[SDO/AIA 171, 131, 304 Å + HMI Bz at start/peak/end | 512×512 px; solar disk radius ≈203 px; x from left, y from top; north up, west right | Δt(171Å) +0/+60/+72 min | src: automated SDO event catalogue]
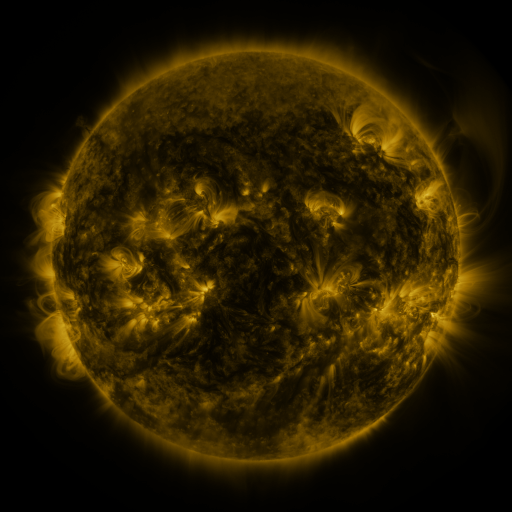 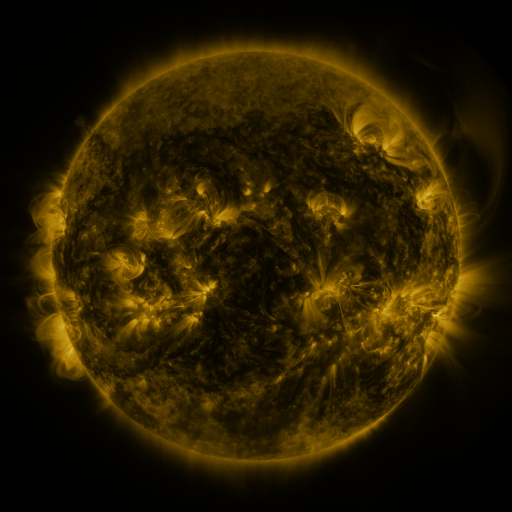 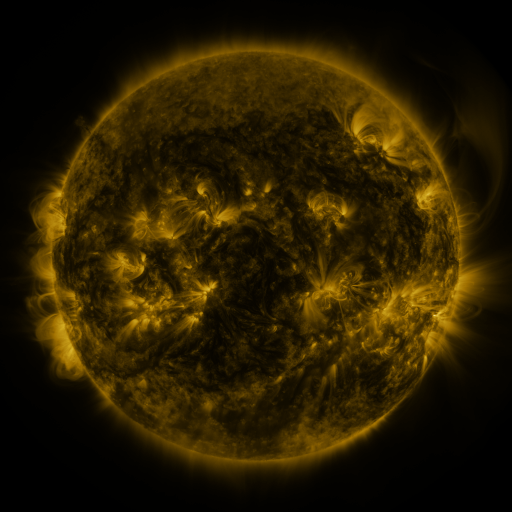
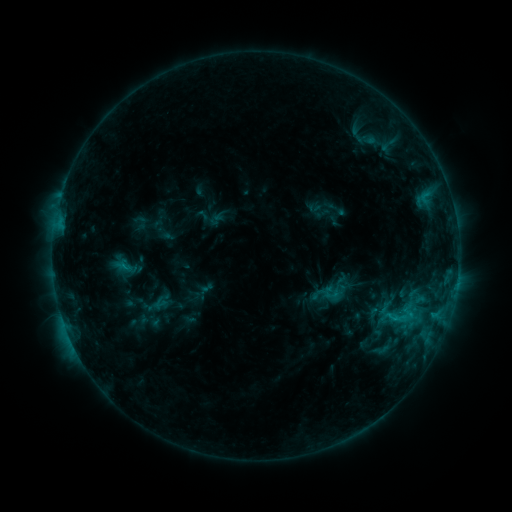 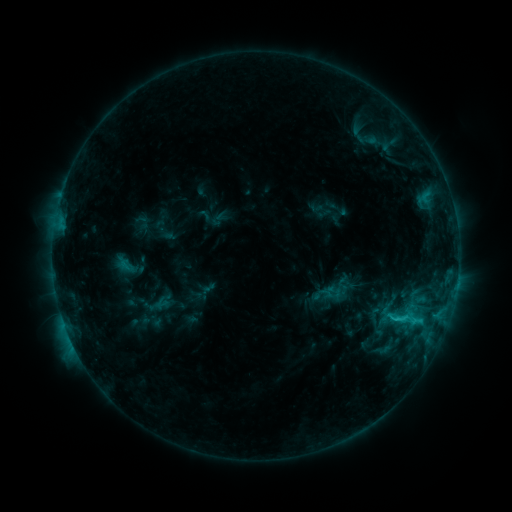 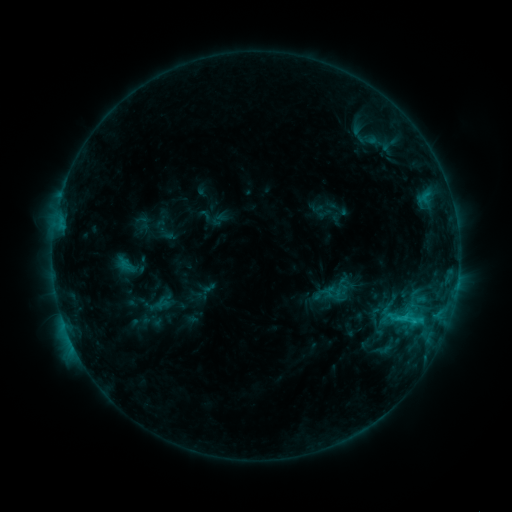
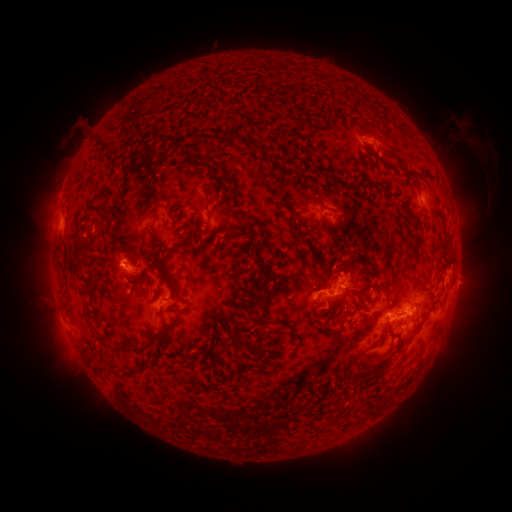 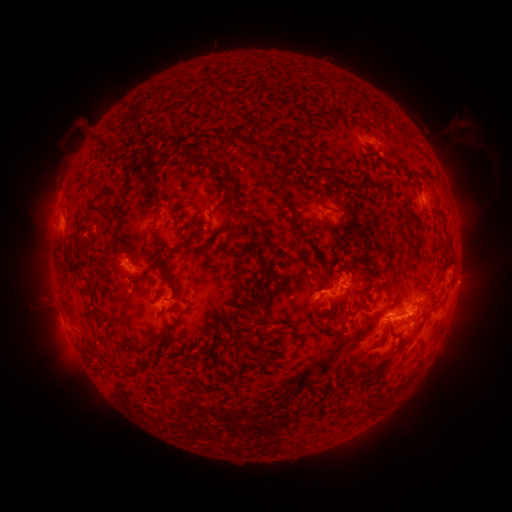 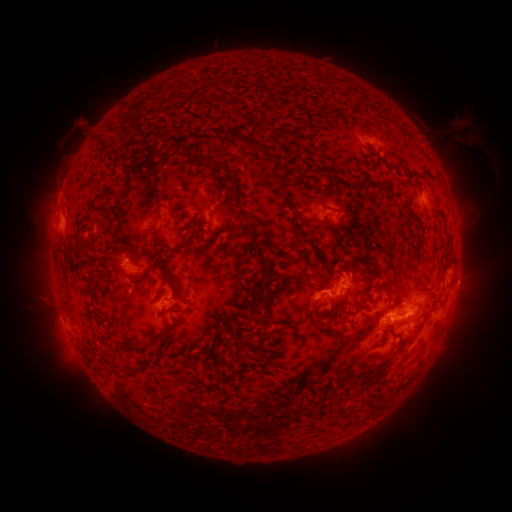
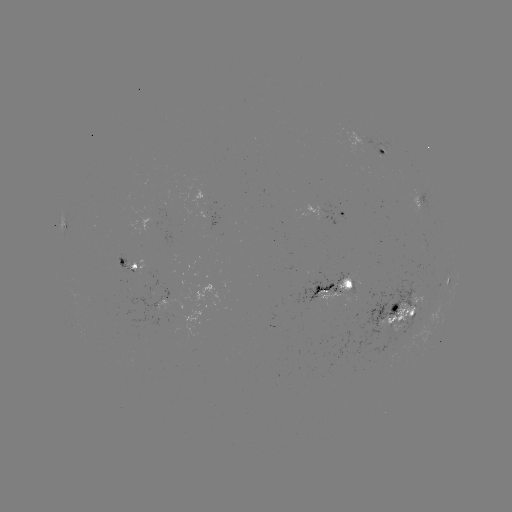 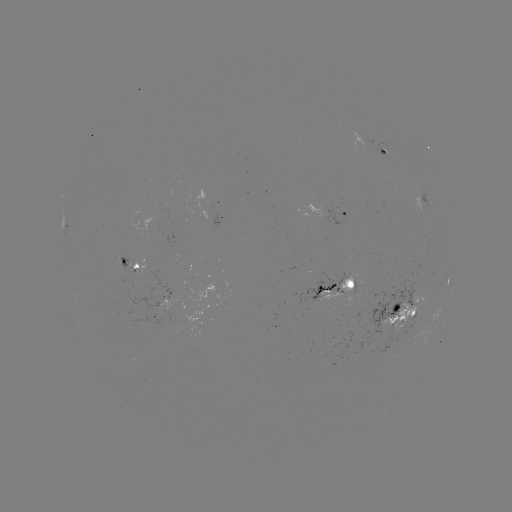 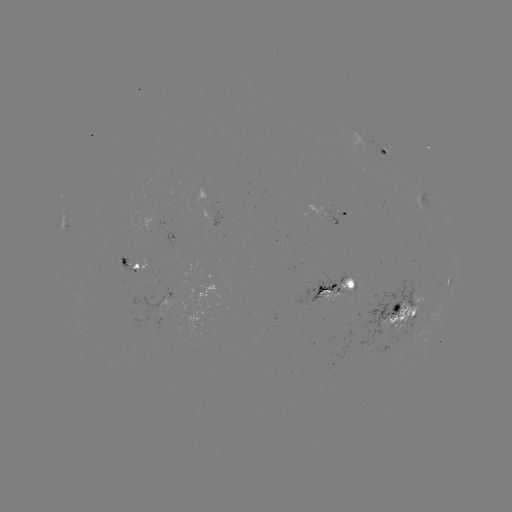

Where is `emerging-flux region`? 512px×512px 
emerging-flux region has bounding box [320, 275, 357, 306].